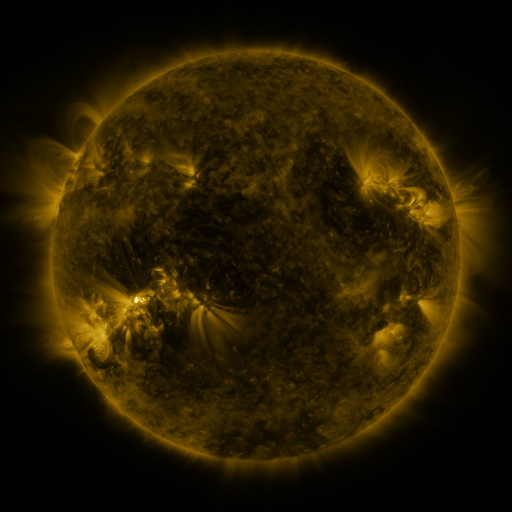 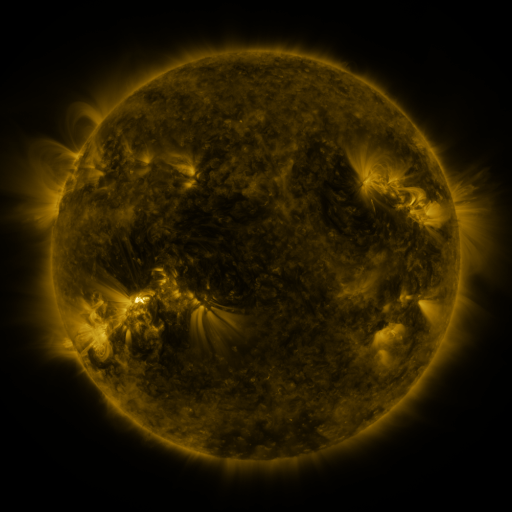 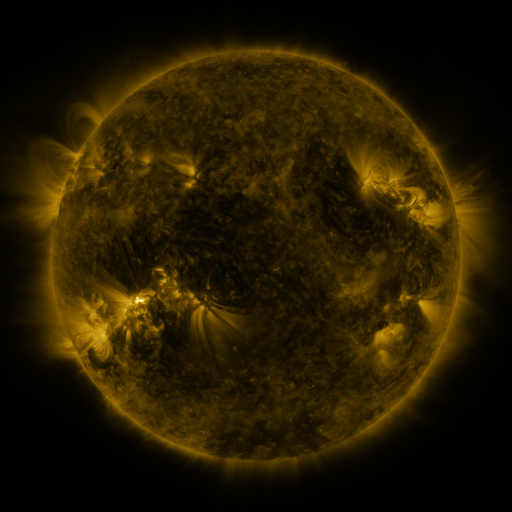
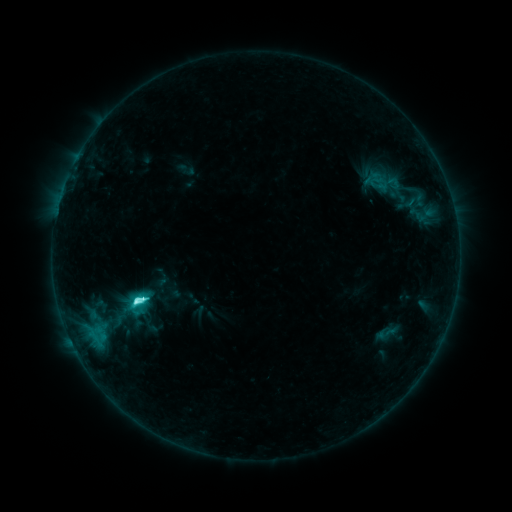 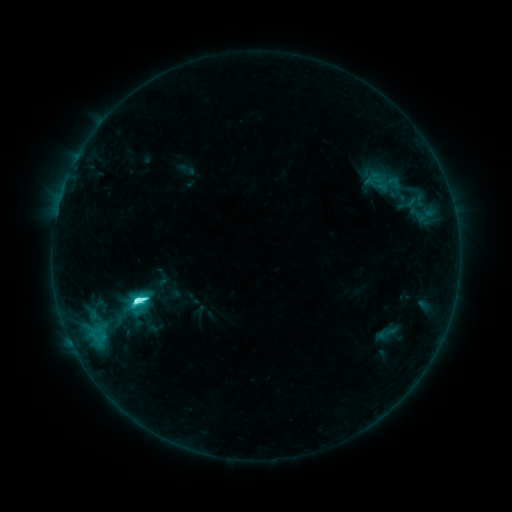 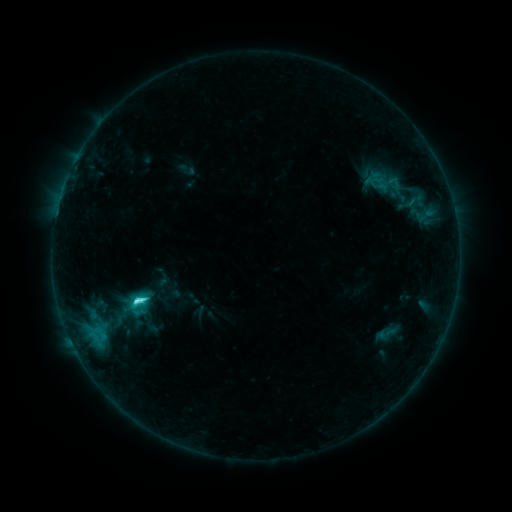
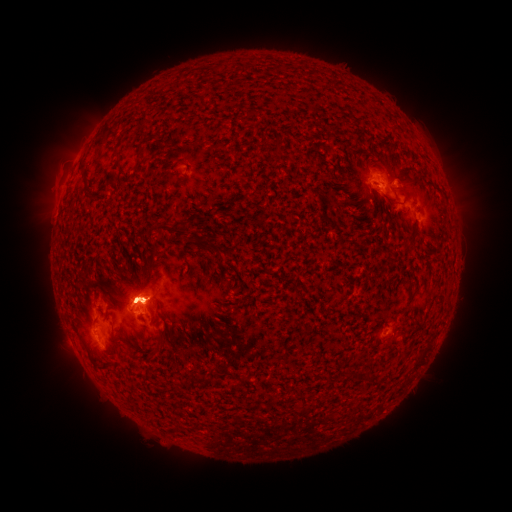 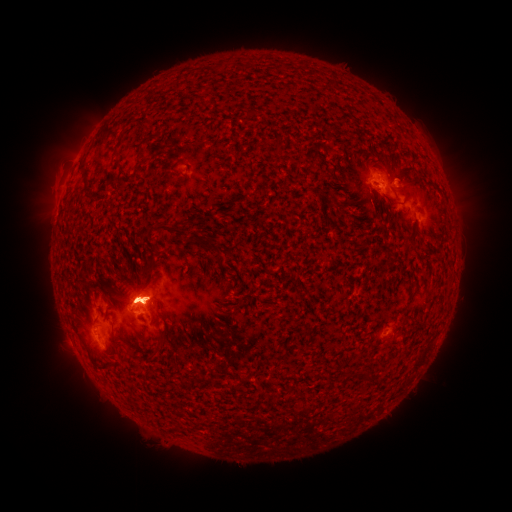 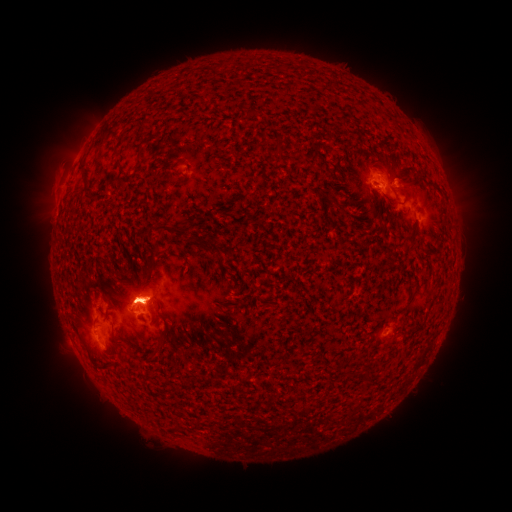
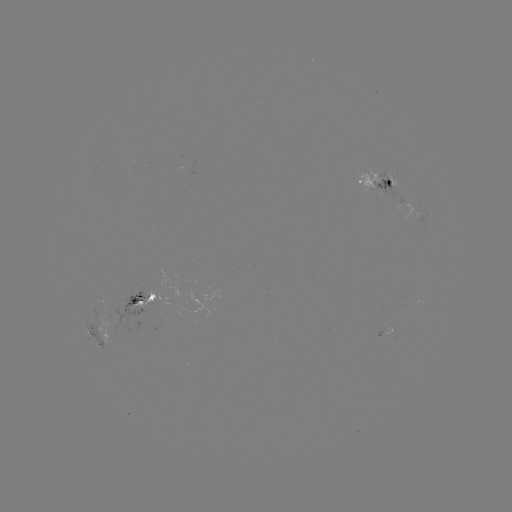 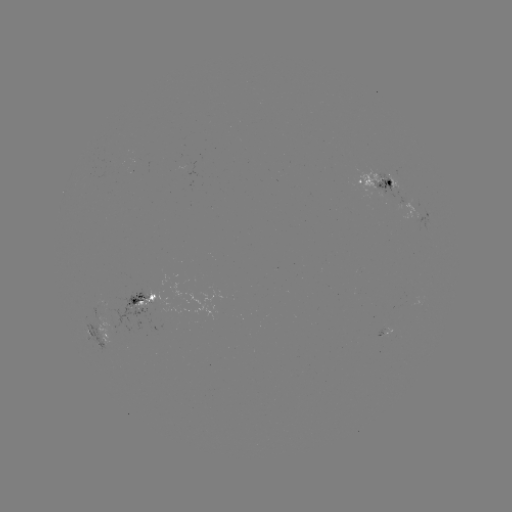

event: eruption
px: (56, 162)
